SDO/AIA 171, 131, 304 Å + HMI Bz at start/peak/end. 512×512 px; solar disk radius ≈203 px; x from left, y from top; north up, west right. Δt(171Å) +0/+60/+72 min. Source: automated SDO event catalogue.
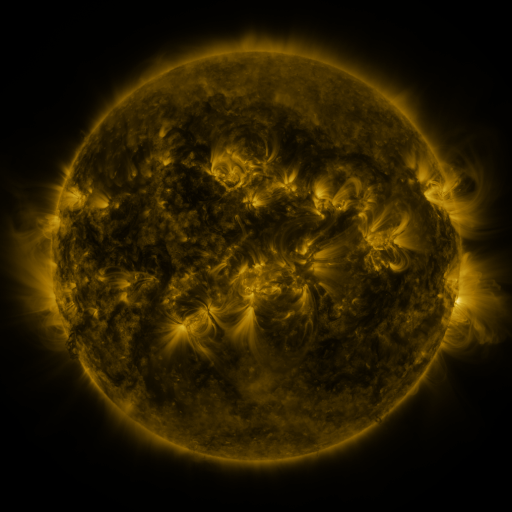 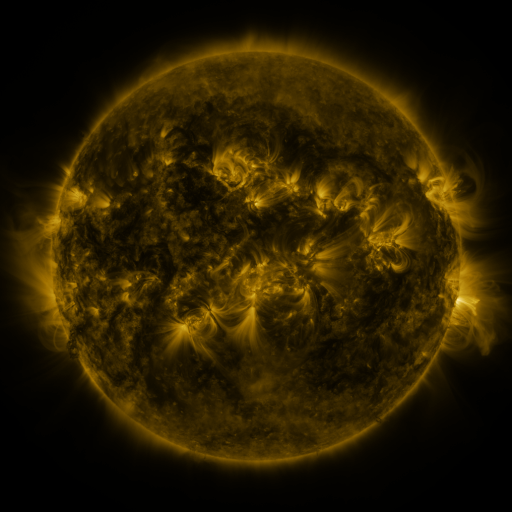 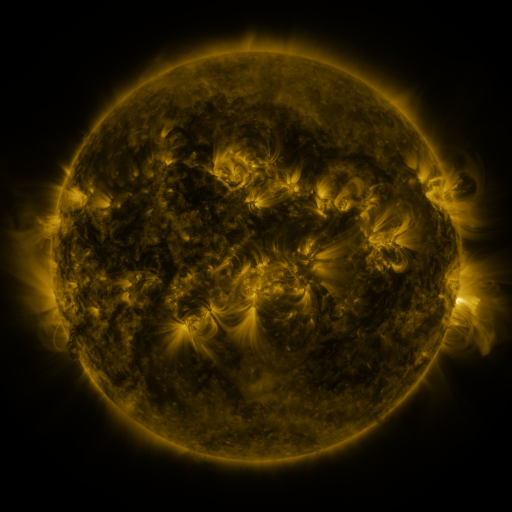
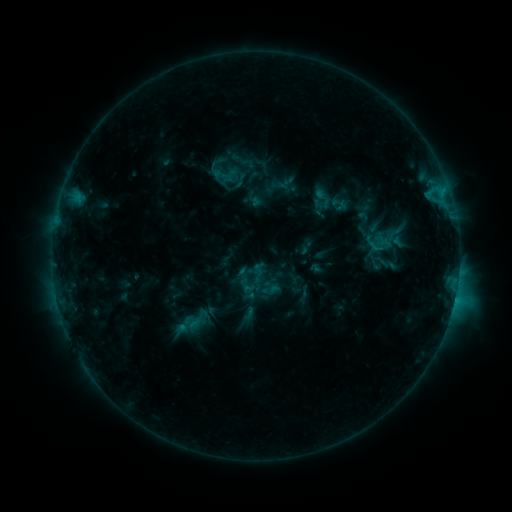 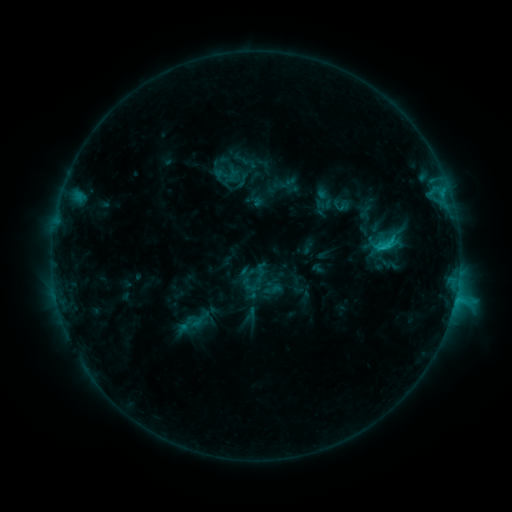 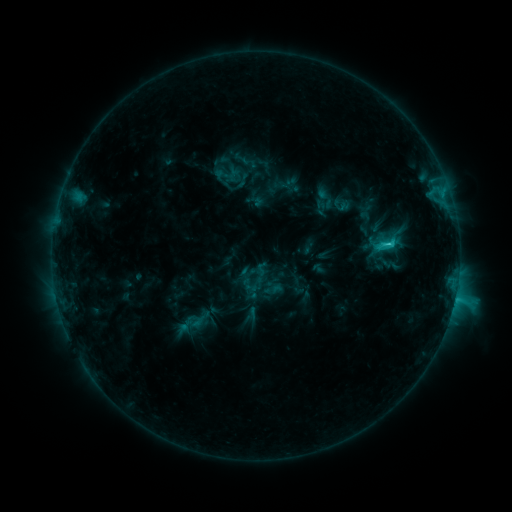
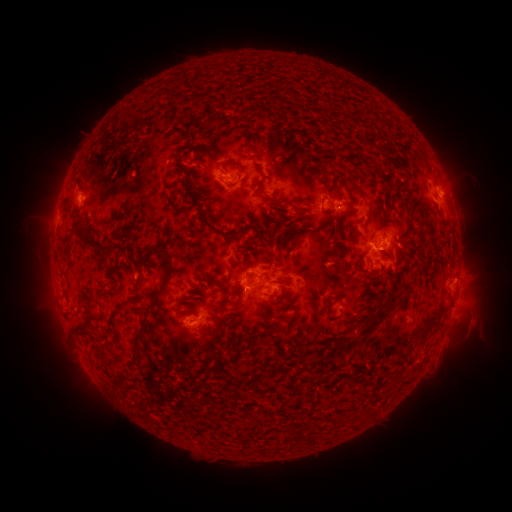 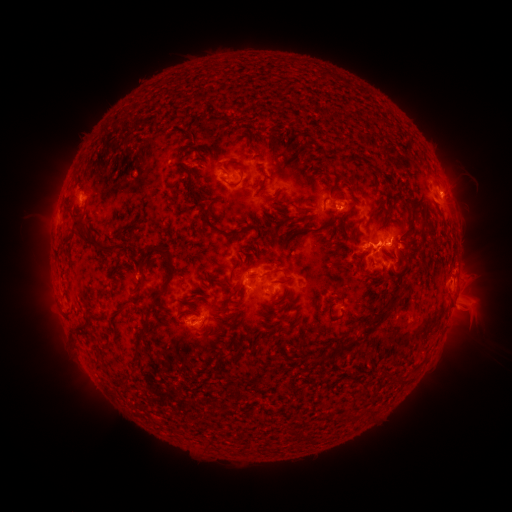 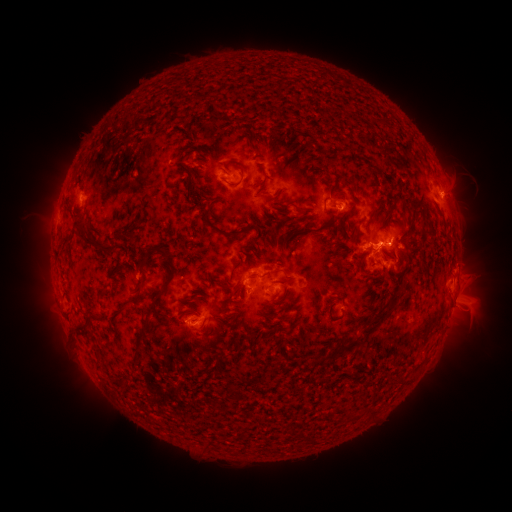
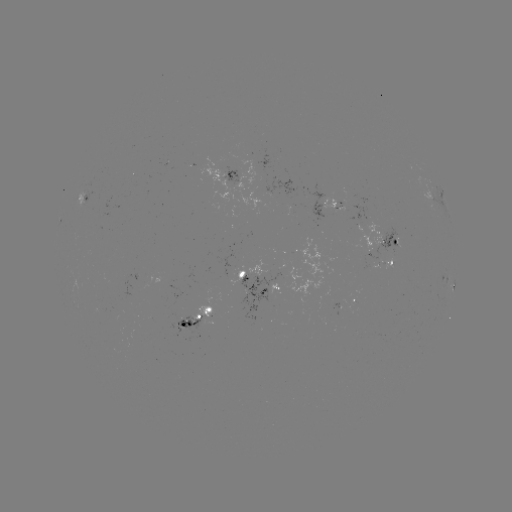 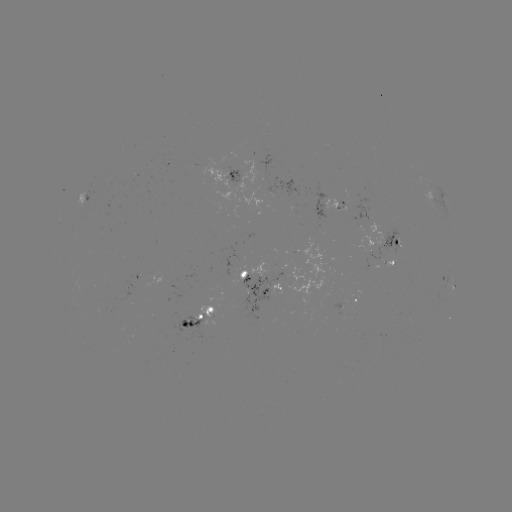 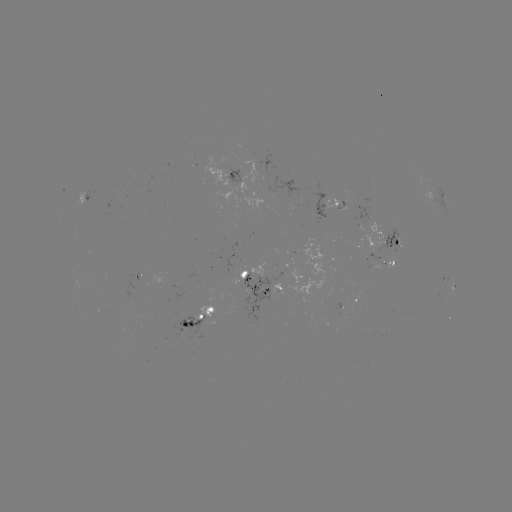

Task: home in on emerging-flux region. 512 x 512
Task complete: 188,322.